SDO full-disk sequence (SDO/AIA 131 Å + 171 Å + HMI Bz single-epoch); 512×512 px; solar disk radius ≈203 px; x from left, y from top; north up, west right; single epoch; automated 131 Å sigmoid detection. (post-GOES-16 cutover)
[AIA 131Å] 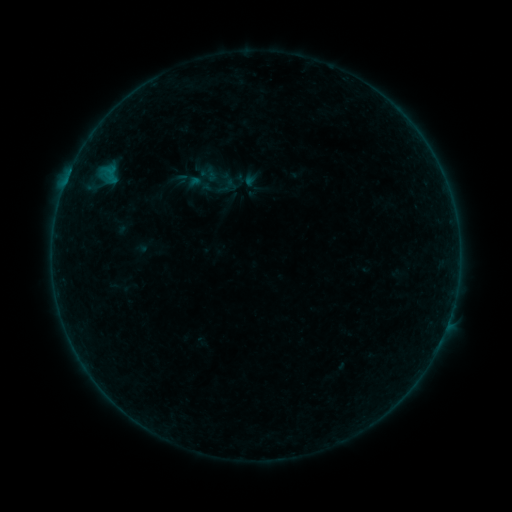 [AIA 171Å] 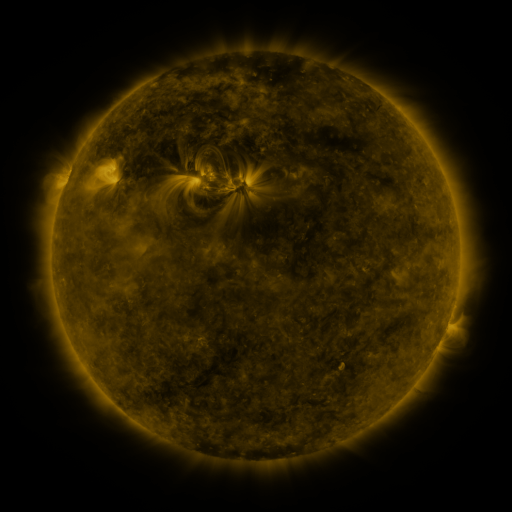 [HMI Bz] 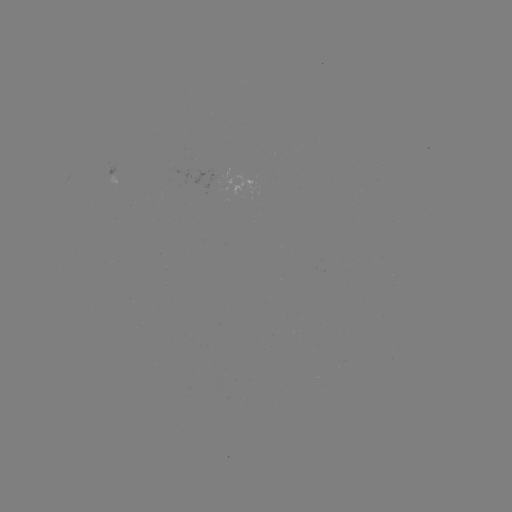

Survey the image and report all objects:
sigmoid: <bbox>186, 170, 213, 198</bbox>
